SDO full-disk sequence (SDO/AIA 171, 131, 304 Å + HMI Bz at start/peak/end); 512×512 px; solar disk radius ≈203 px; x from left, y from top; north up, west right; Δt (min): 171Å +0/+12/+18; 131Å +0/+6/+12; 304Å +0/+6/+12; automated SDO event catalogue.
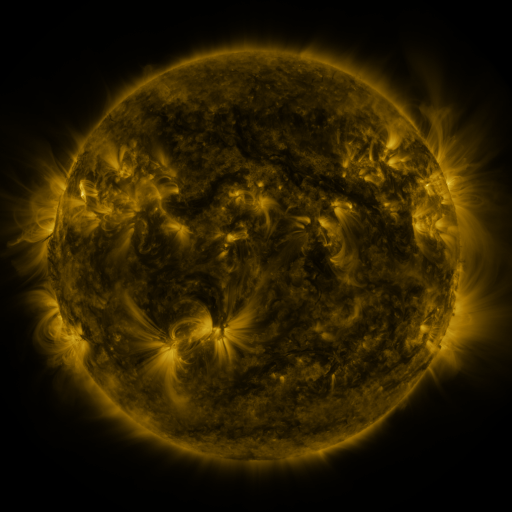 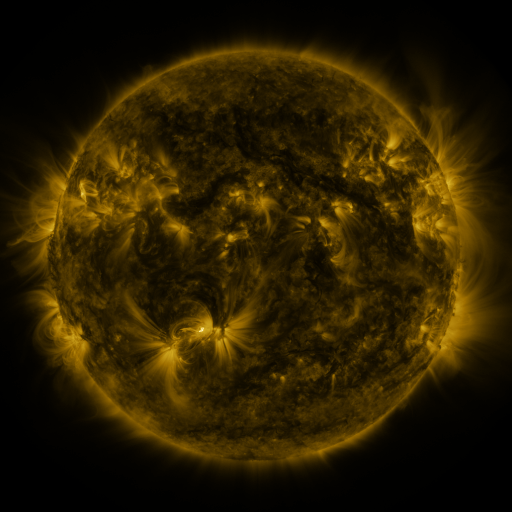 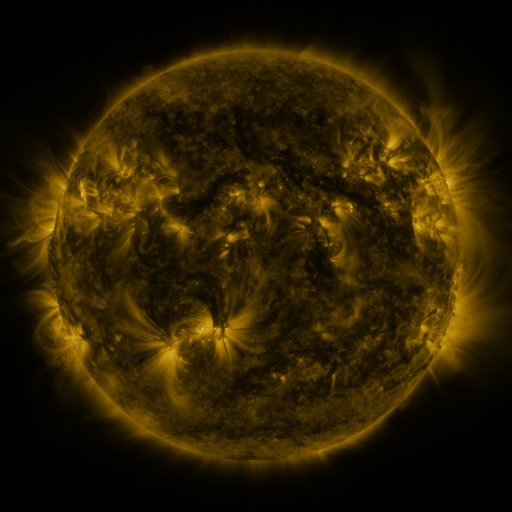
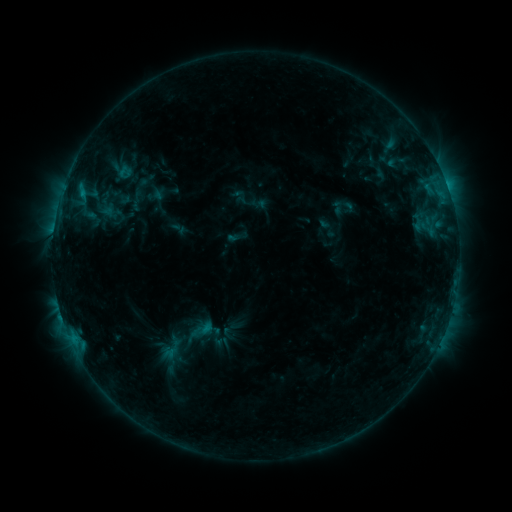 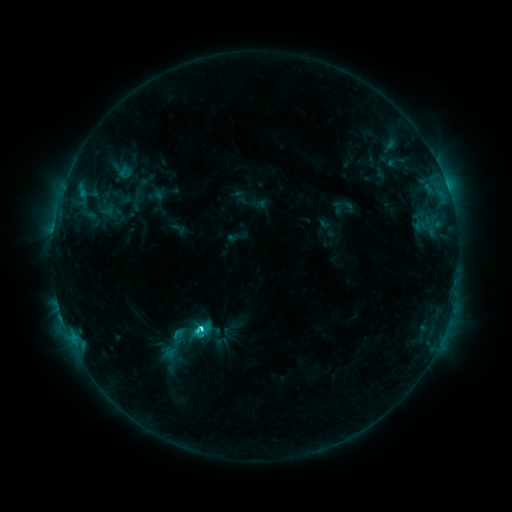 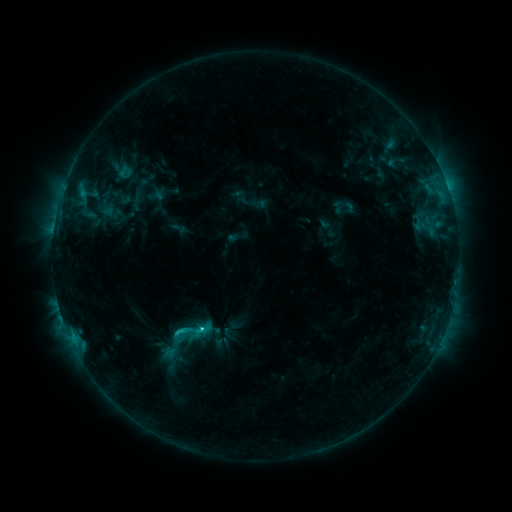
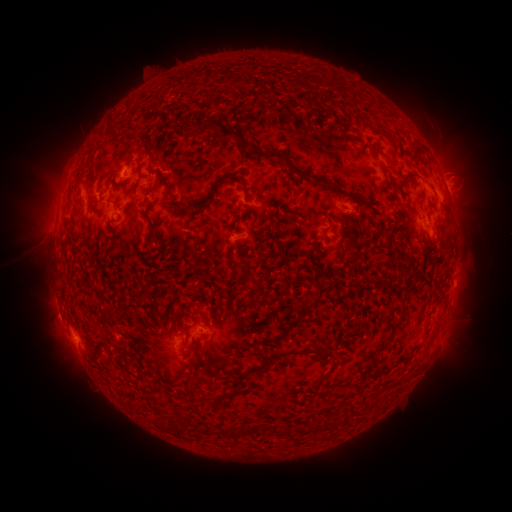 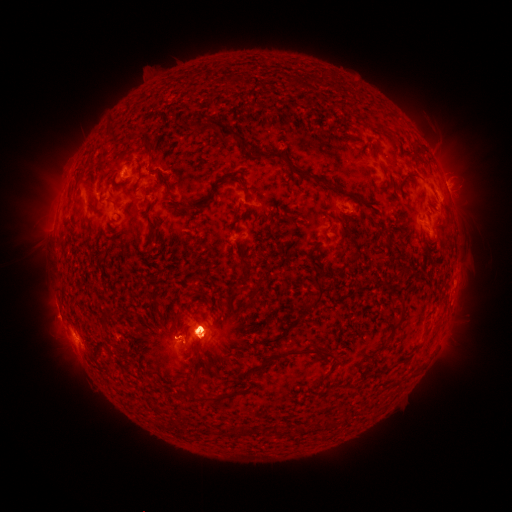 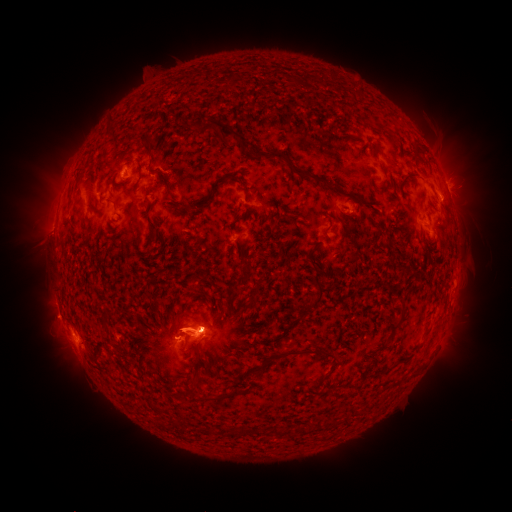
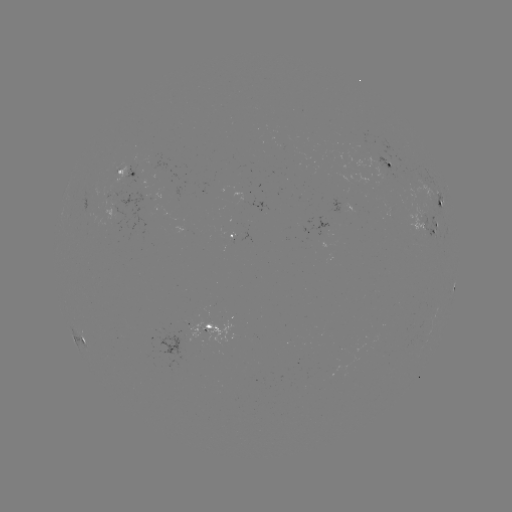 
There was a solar eruption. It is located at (60, 344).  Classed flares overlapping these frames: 1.